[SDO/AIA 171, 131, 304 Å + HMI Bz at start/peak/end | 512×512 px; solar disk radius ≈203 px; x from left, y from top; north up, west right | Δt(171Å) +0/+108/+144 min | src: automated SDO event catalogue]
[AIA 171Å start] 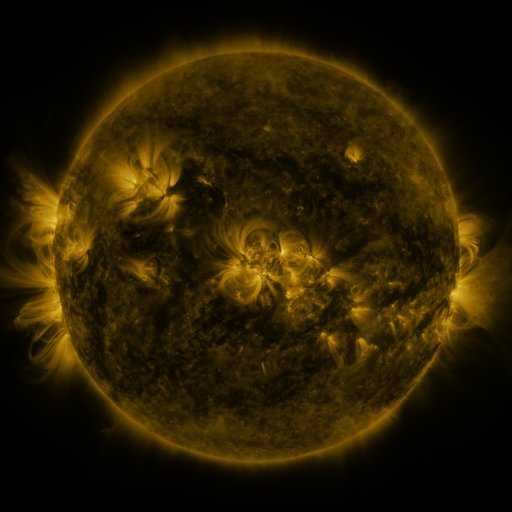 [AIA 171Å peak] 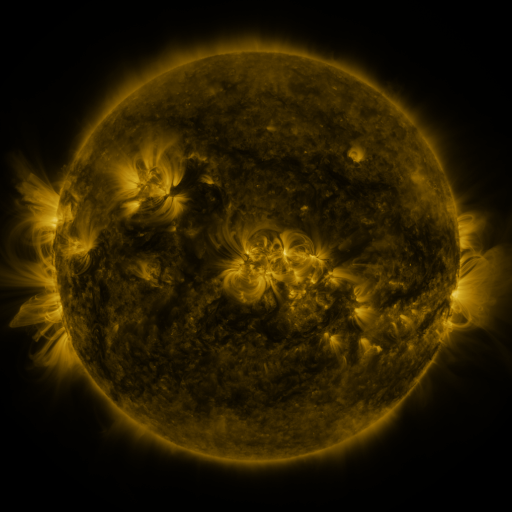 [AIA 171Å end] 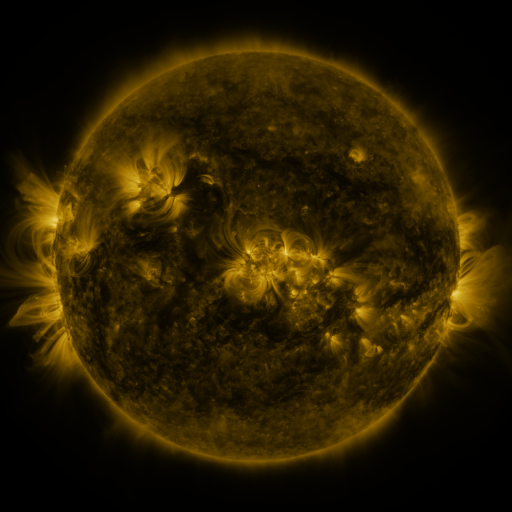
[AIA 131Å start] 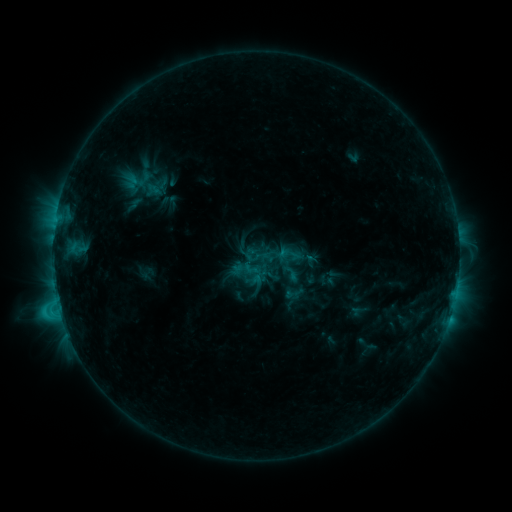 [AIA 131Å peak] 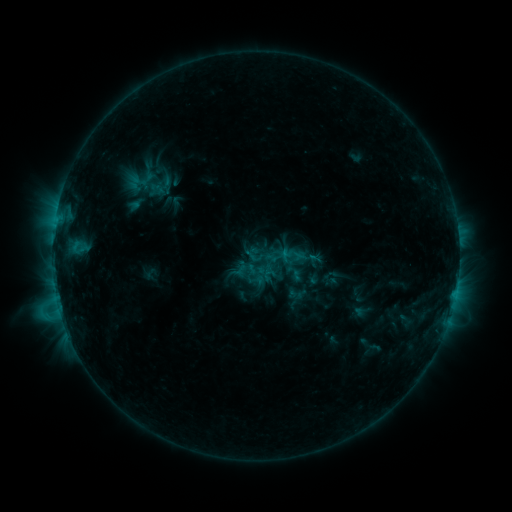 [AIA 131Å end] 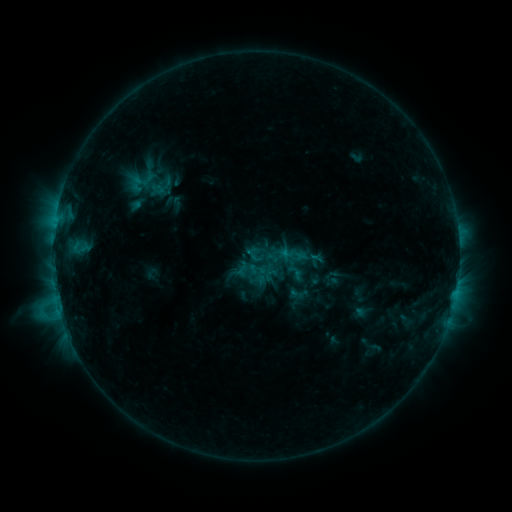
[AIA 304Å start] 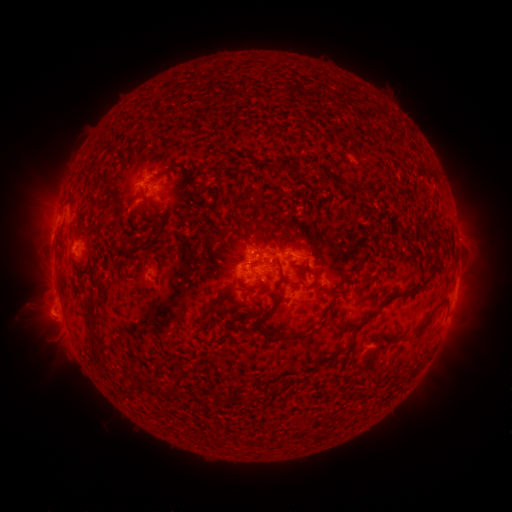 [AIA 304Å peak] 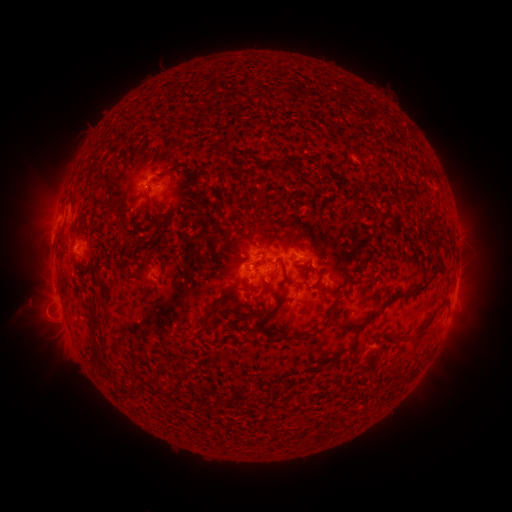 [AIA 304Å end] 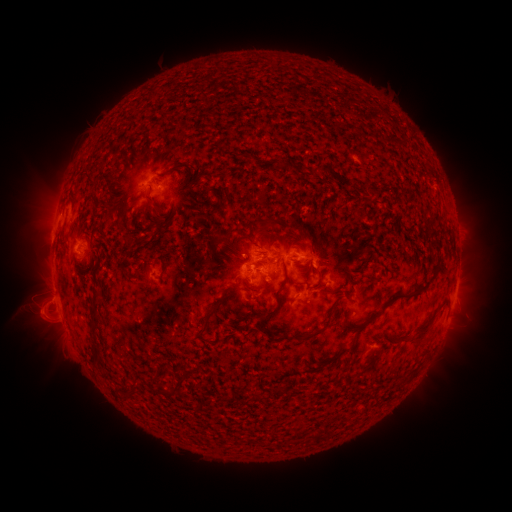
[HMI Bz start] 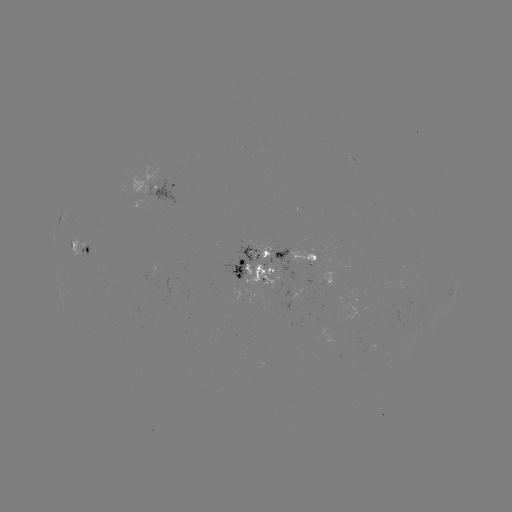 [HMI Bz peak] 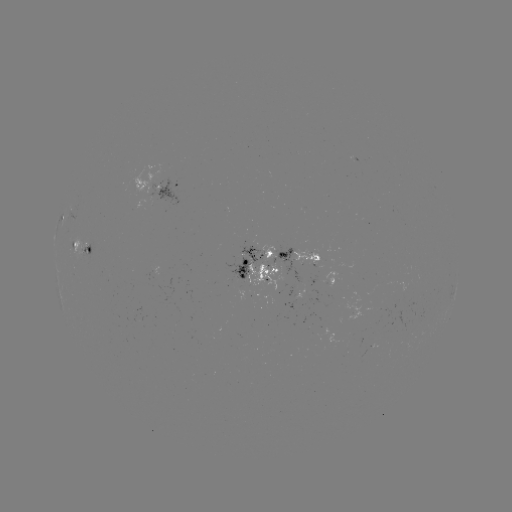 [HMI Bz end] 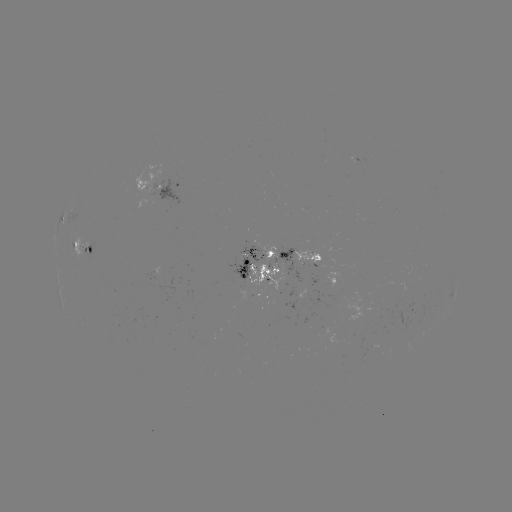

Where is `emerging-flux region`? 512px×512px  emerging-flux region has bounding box [261, 245, 275, 261].